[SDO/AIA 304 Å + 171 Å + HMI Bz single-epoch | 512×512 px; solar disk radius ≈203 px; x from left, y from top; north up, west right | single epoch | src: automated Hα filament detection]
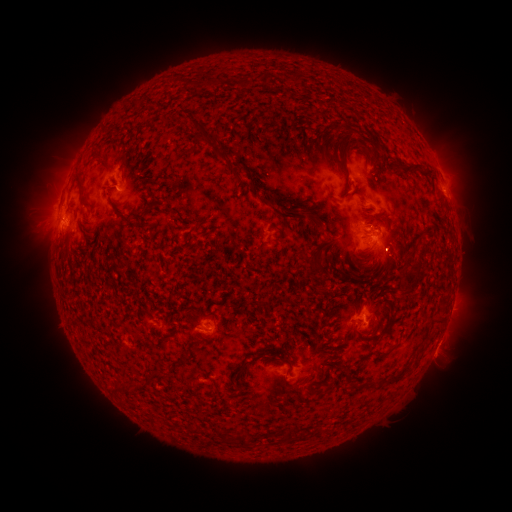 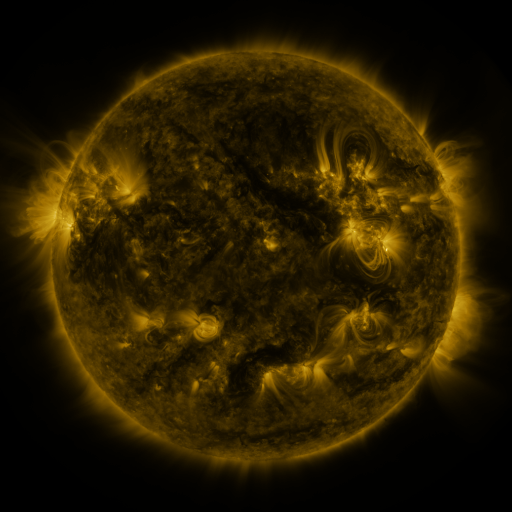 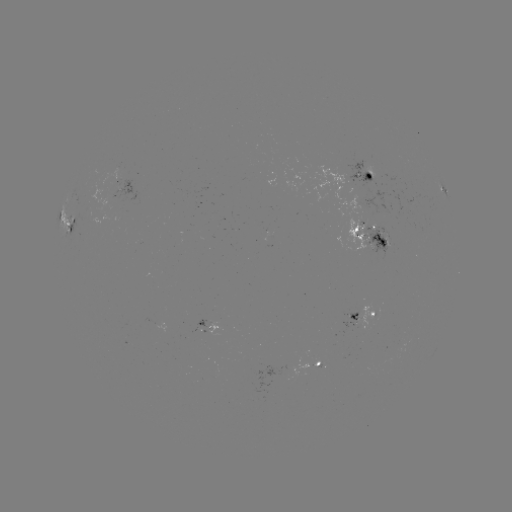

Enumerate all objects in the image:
filament: (297, 77)
filament: (211, 83)
filament: (242, 83)
filament: (333, 127)
filament: (202, 133)
filament: (345, 155)
filament: (223, 159)
filament: (371, 160)
filament: (102, 161)
filament: (388, 167)
filament: (412, 169)
filament: (257, 189)
filament: (81, 195)
filament: (288, 214)
filament: (381, 219)
filament: (316, 221)
filament: (282, 234)
filament: (366, 237)
filament: (385, 245)
filament: (316, 259)
filament: (408, 286)
filament: (284, 300)
filament: (436, 322)
filament: (319, 344)
filament: (379, 355)
filament: (287, 361)
filament: (242, 368)
filament: (157, 373)
filament: (397, 379)
filament: (236, 386)
filament: (127, 390)
filament: (289, 435)
filament: (242, 441)
